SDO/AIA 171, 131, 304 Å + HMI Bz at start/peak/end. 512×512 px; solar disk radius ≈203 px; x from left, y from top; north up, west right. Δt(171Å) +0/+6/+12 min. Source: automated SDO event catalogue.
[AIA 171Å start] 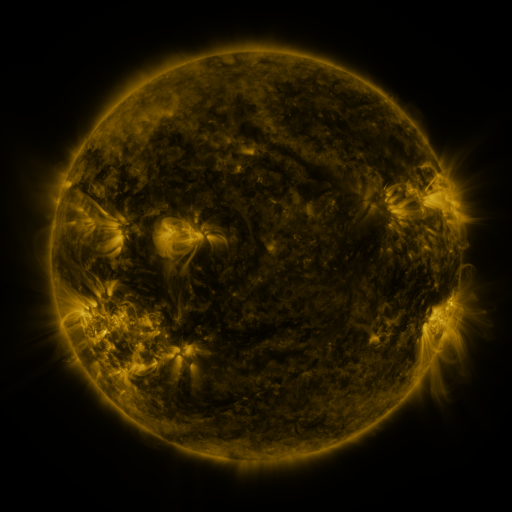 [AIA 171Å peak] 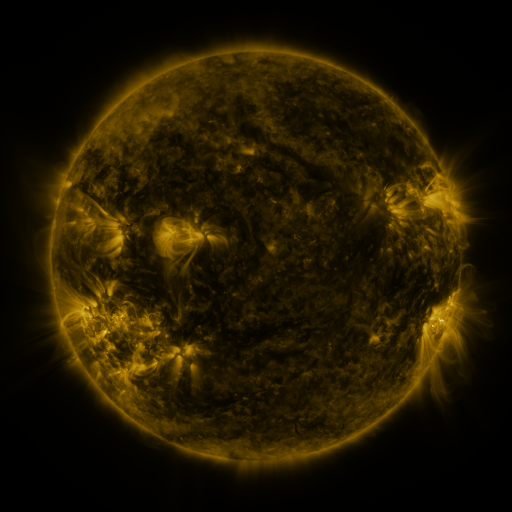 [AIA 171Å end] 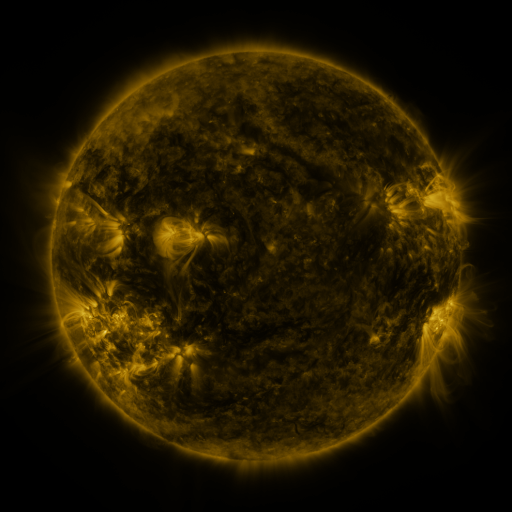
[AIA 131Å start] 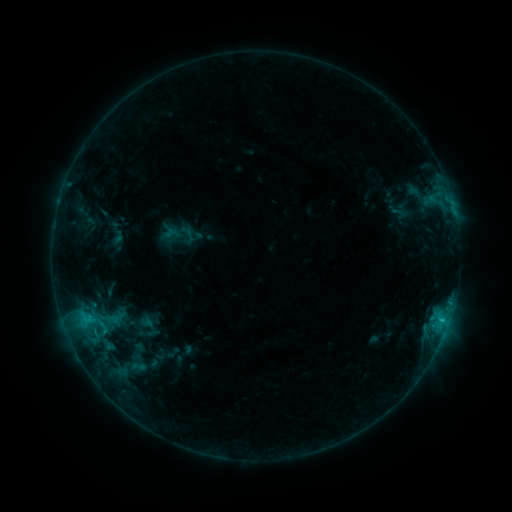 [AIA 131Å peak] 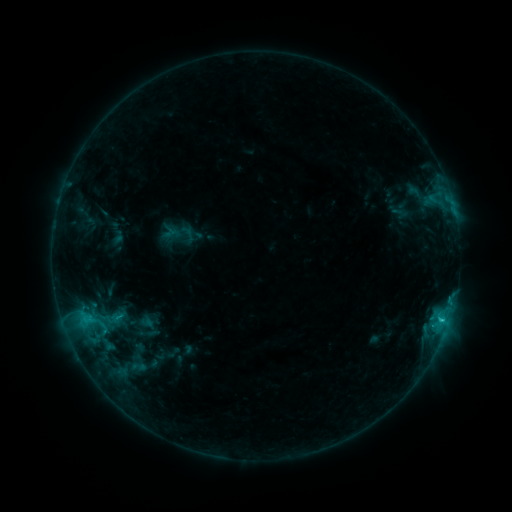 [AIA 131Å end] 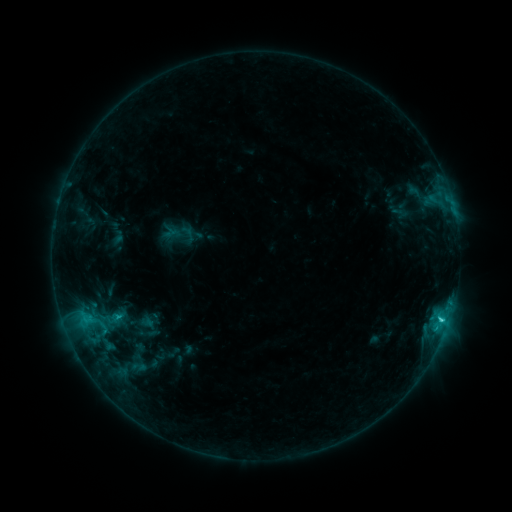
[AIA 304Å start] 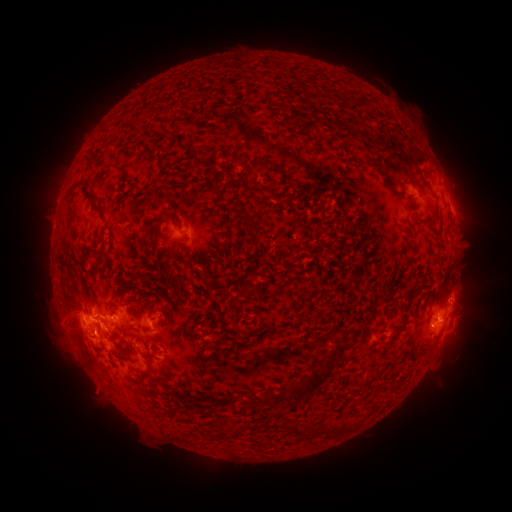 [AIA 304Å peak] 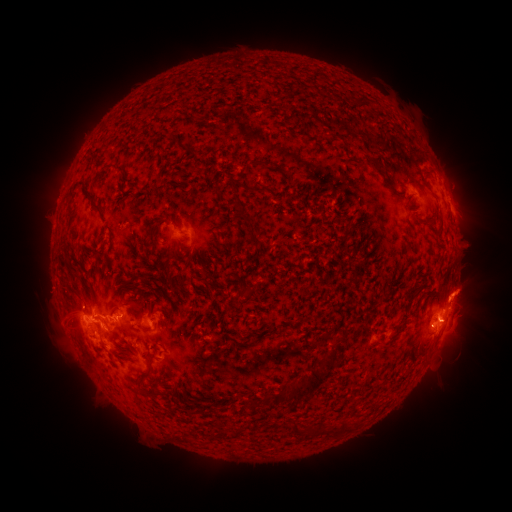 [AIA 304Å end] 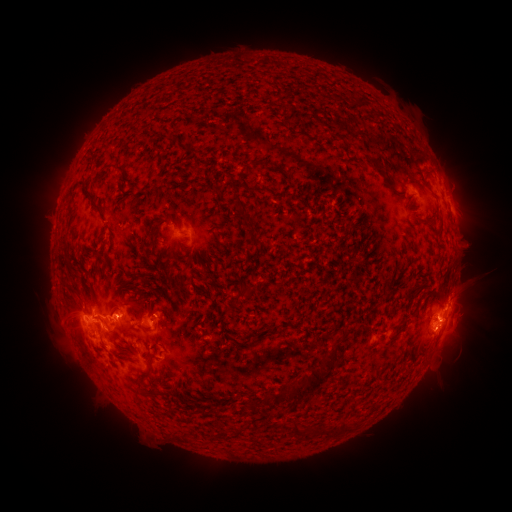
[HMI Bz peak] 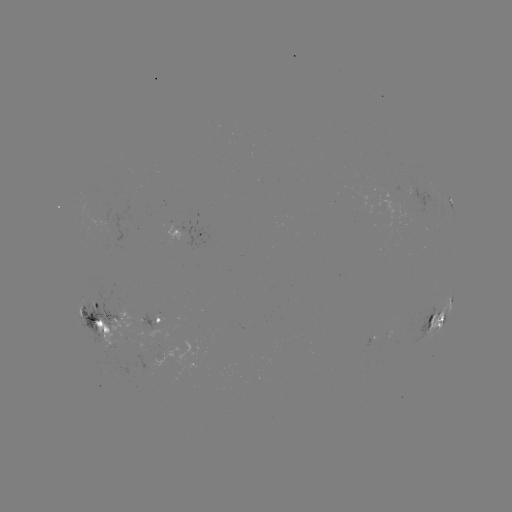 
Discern eruption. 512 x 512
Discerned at [463, 297].